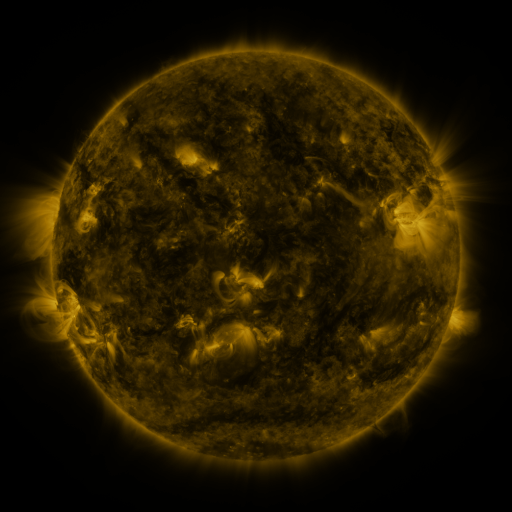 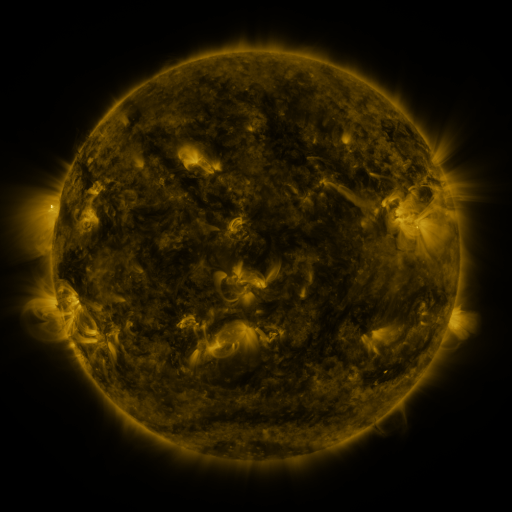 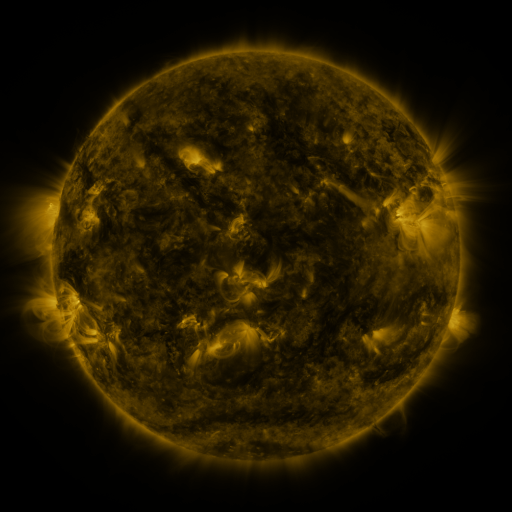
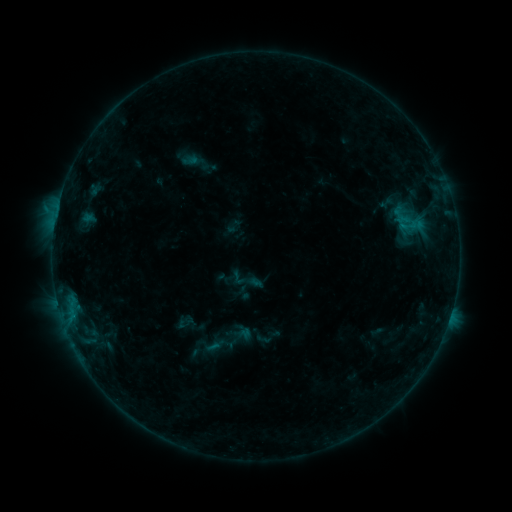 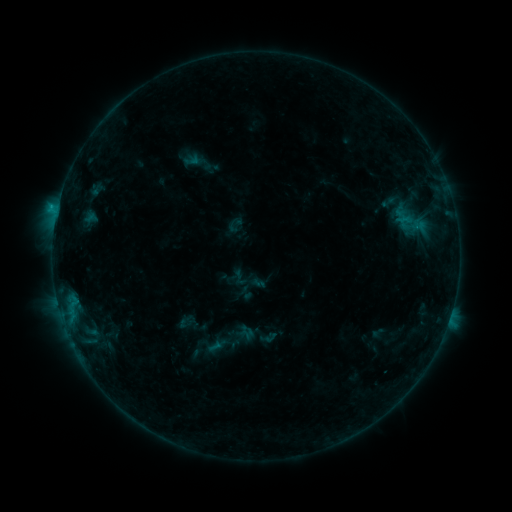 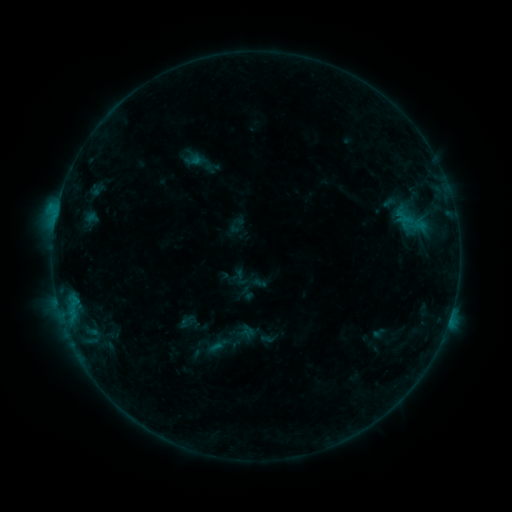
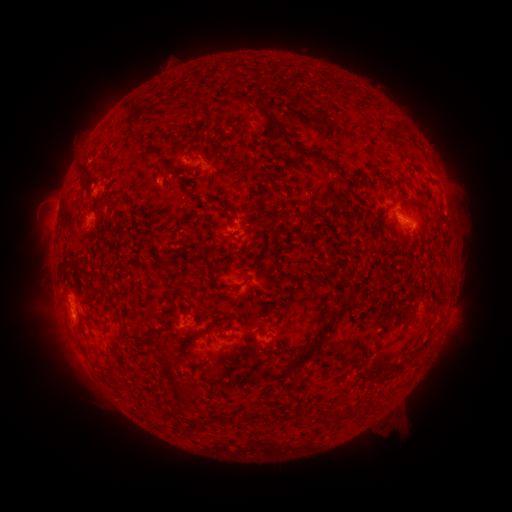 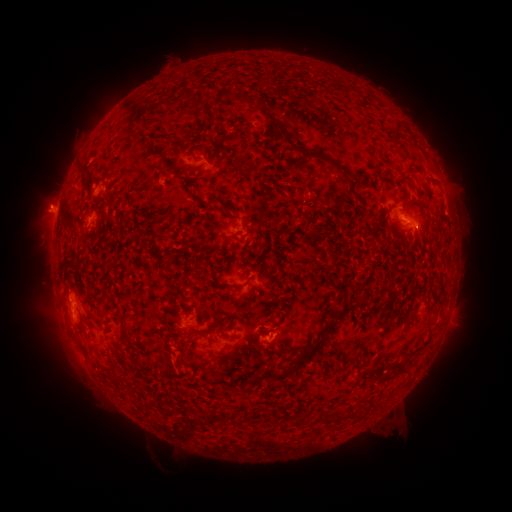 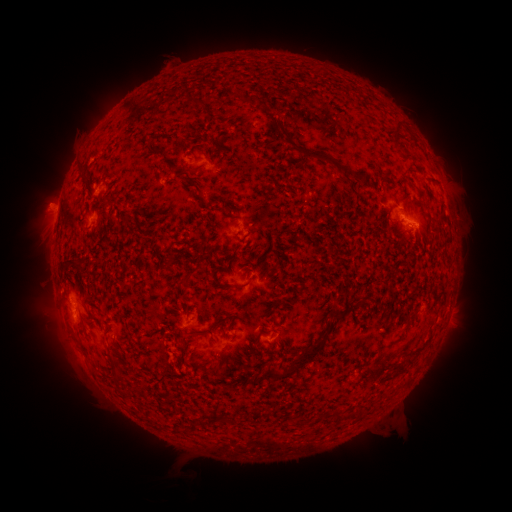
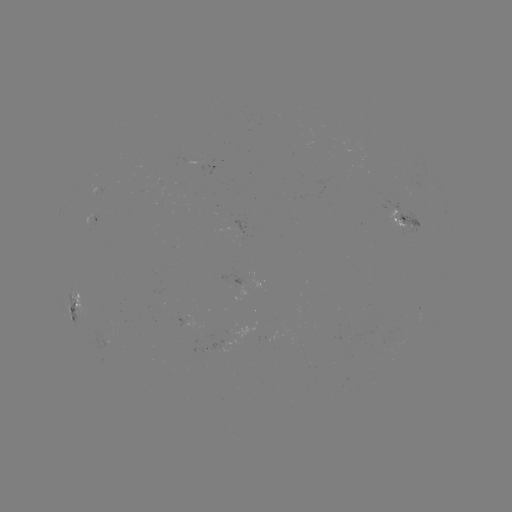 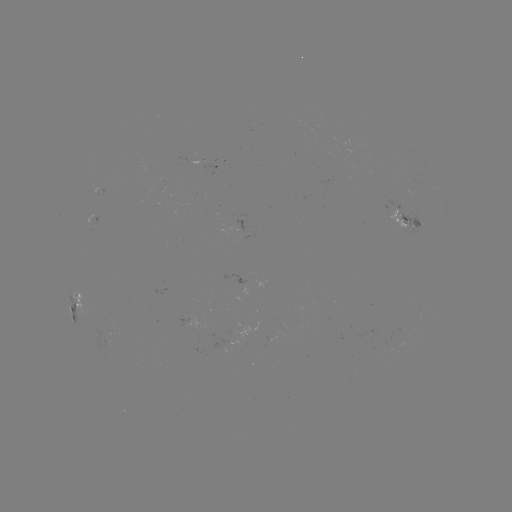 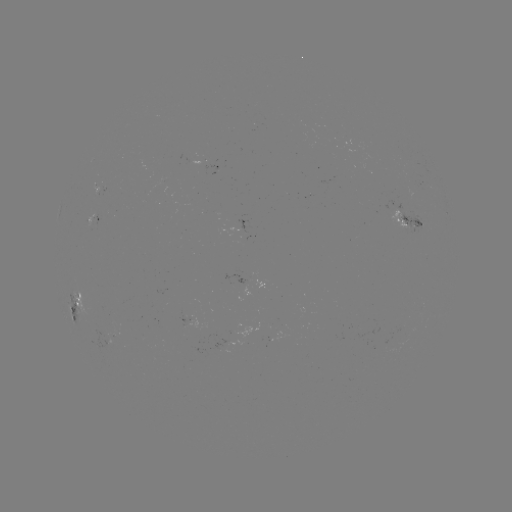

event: emerging-flux region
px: (105, 331)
